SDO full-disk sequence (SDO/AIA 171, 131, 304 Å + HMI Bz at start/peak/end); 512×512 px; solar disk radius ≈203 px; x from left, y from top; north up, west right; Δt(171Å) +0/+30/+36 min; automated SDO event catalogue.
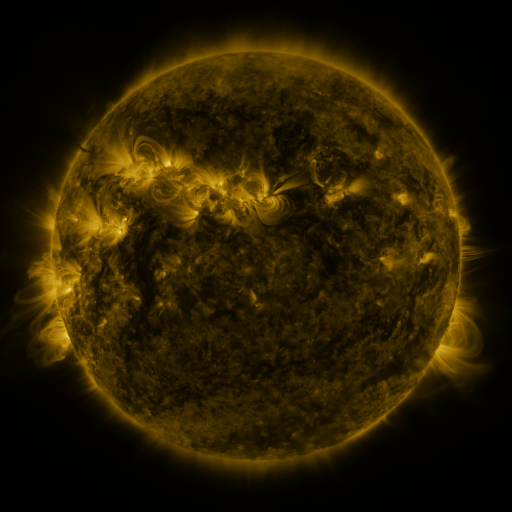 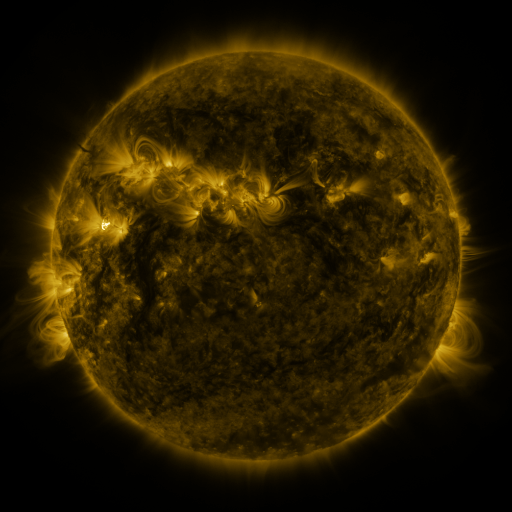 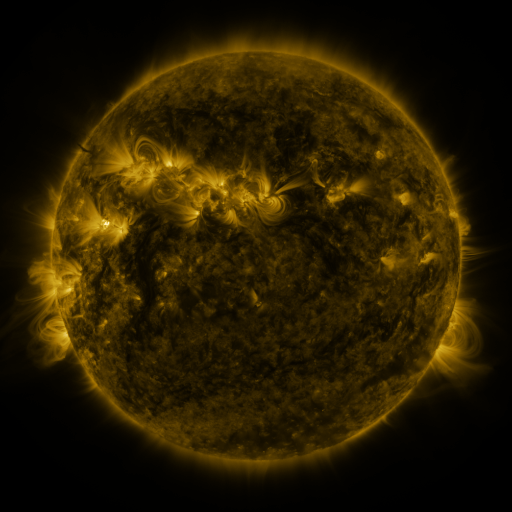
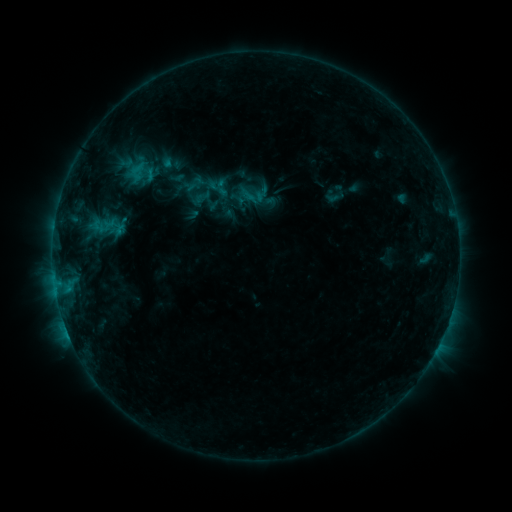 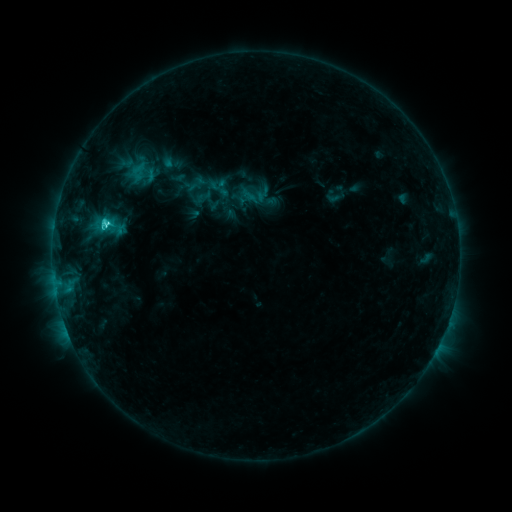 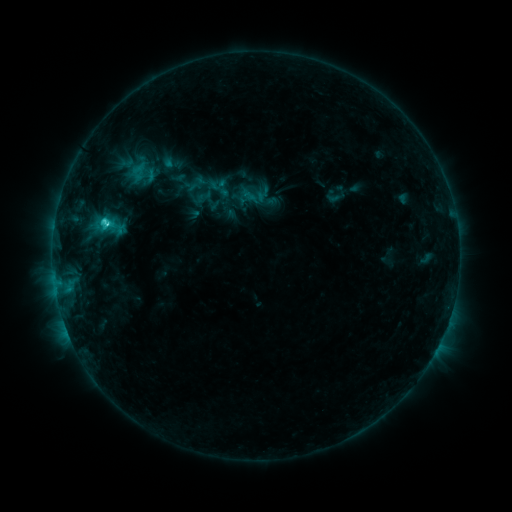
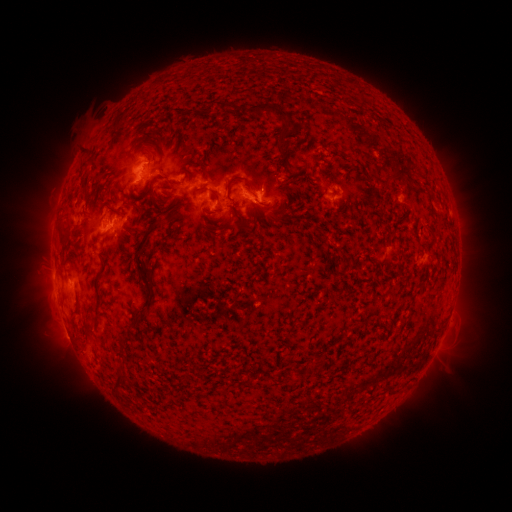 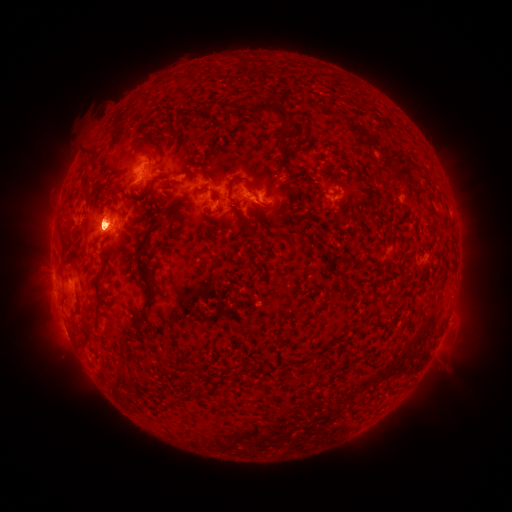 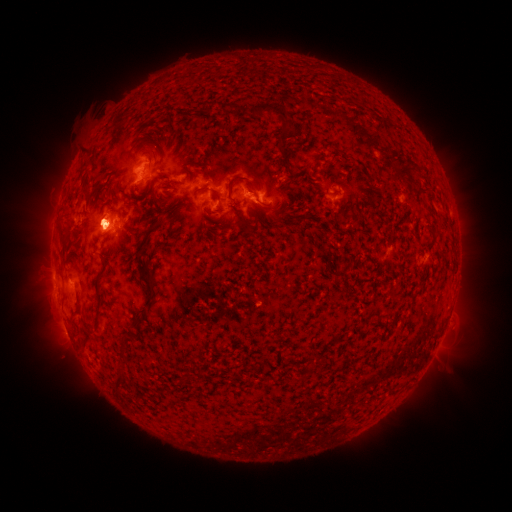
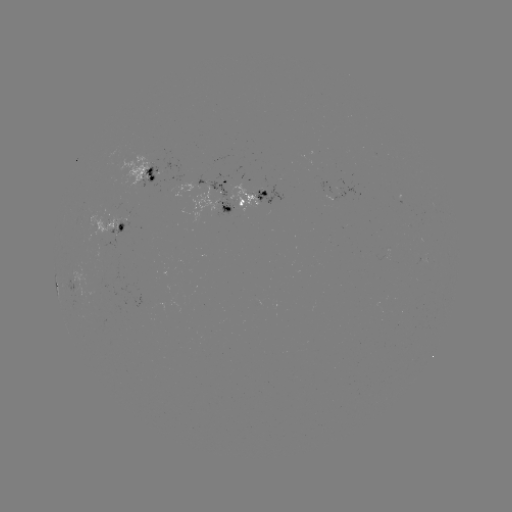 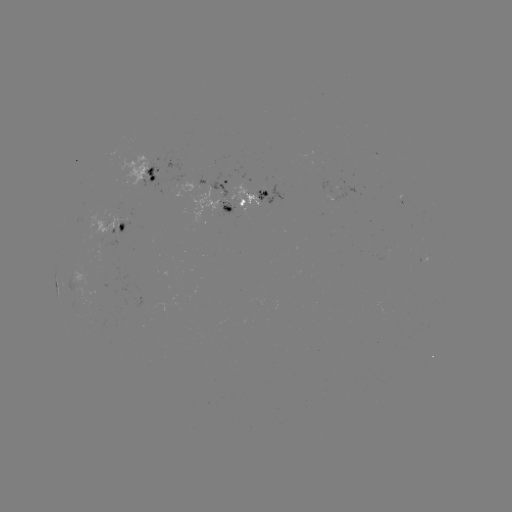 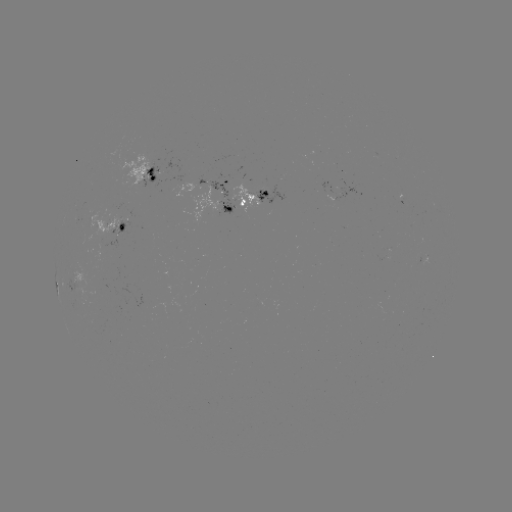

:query C2.6 flare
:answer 107,225